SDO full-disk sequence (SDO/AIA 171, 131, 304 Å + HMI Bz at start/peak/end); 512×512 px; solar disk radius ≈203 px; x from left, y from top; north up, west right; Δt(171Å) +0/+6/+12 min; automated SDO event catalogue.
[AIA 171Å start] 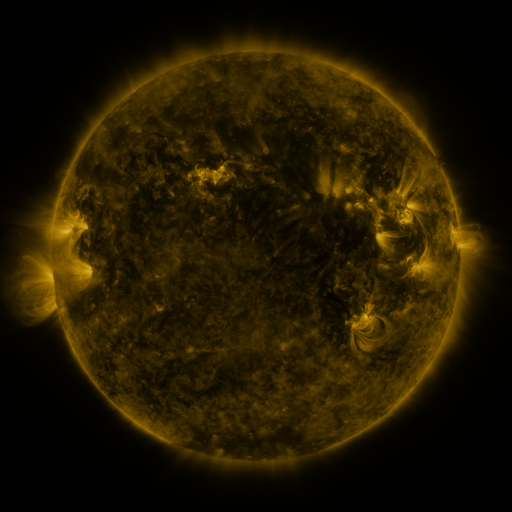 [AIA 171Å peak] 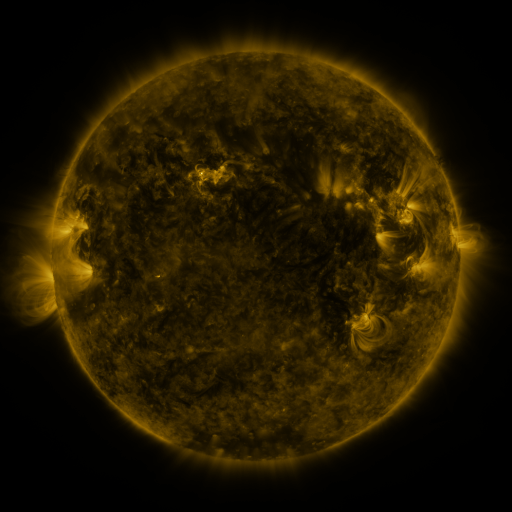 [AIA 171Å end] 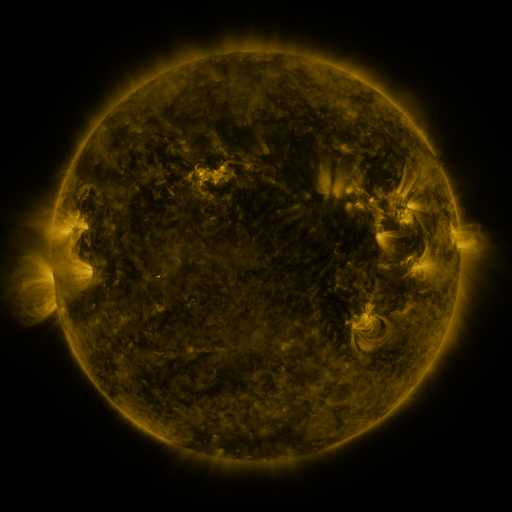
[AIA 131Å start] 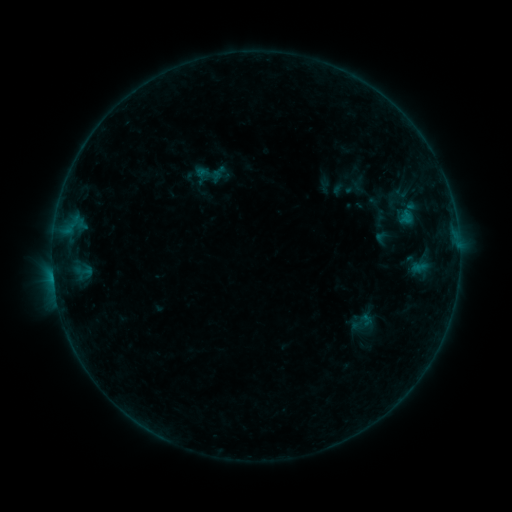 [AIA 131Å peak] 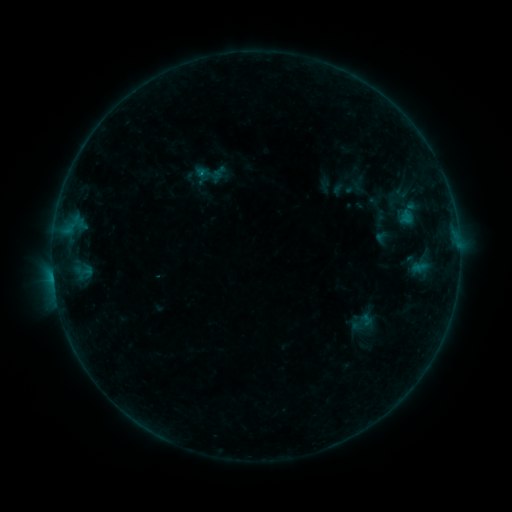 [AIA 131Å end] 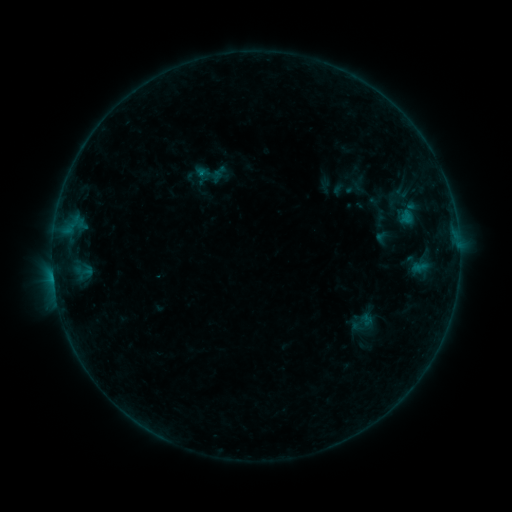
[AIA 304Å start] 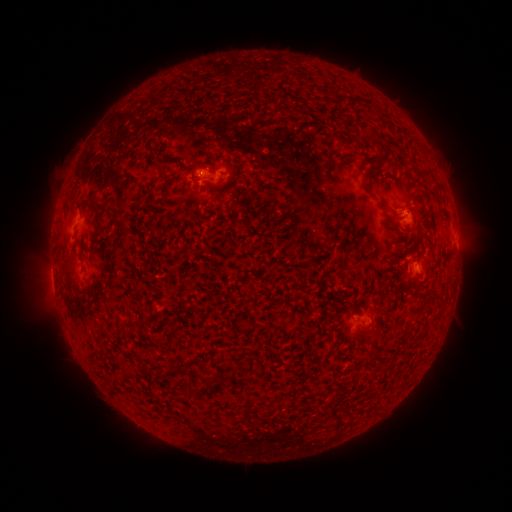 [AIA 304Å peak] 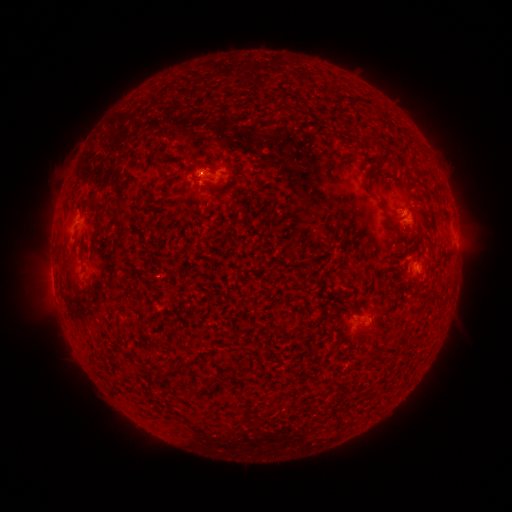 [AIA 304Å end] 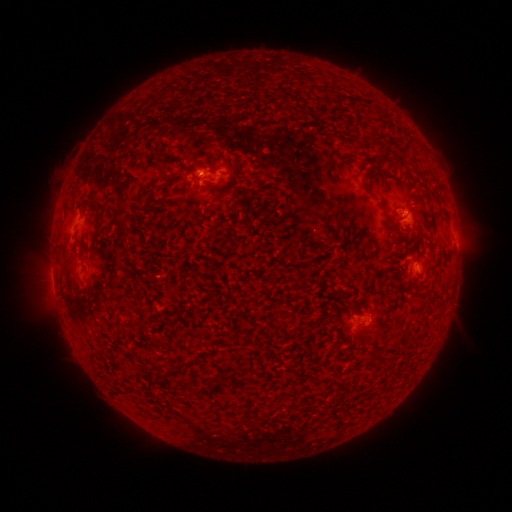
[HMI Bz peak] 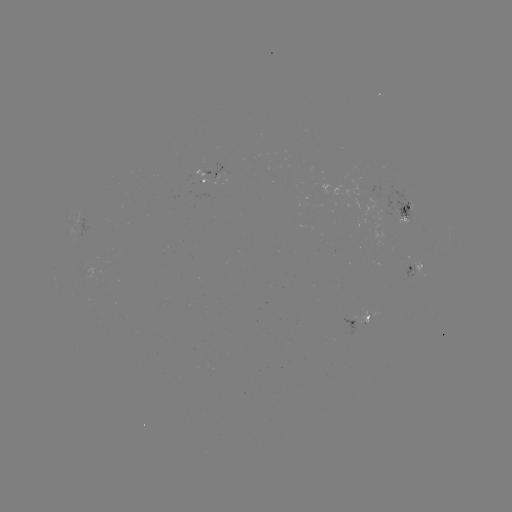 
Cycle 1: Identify B4.6 flare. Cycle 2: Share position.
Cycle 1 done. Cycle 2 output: [203, 174].